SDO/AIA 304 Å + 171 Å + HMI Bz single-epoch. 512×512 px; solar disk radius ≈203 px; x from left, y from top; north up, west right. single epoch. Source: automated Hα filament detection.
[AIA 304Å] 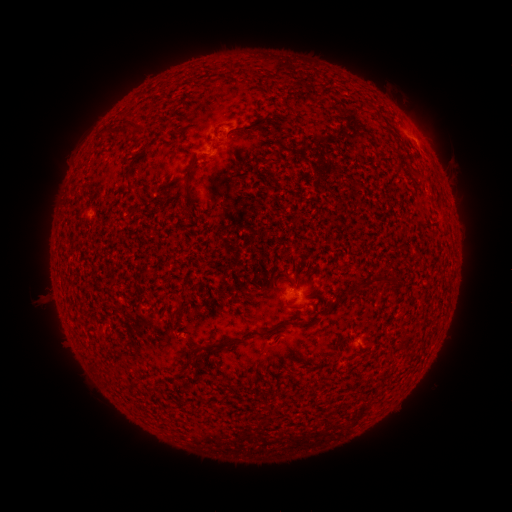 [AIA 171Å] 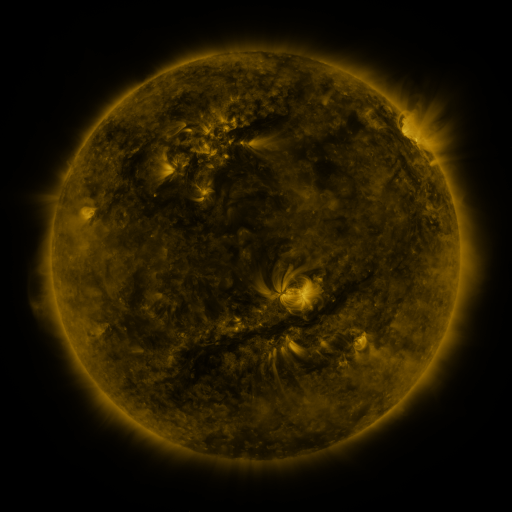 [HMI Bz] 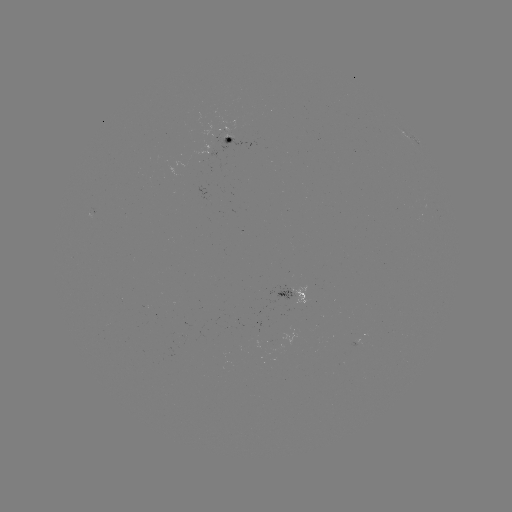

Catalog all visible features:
filament: (125, 124)
filament: (252, 126)
filament: (189, 177)
filament: (380, 281)
filament: (360, 286)
filament: (289, 323)
filament: (223, 344)
